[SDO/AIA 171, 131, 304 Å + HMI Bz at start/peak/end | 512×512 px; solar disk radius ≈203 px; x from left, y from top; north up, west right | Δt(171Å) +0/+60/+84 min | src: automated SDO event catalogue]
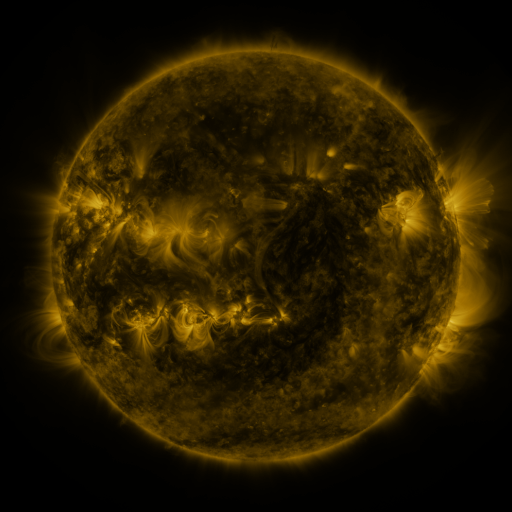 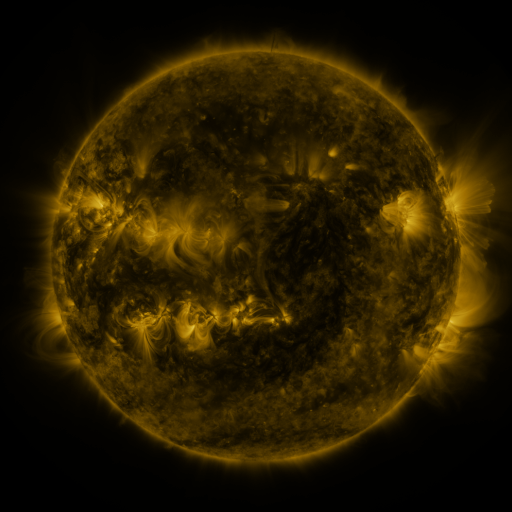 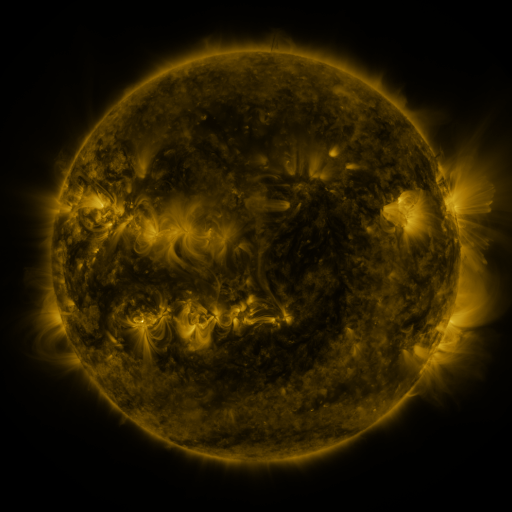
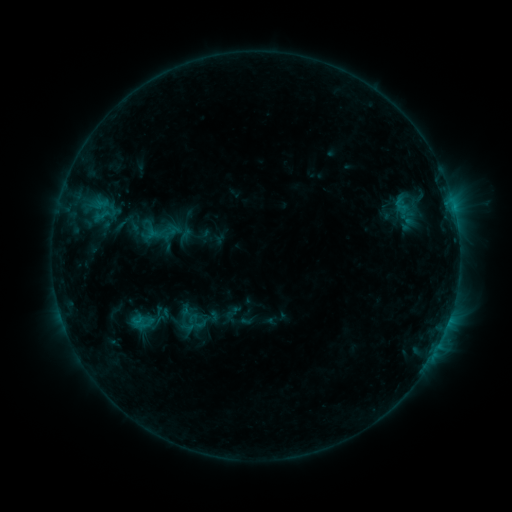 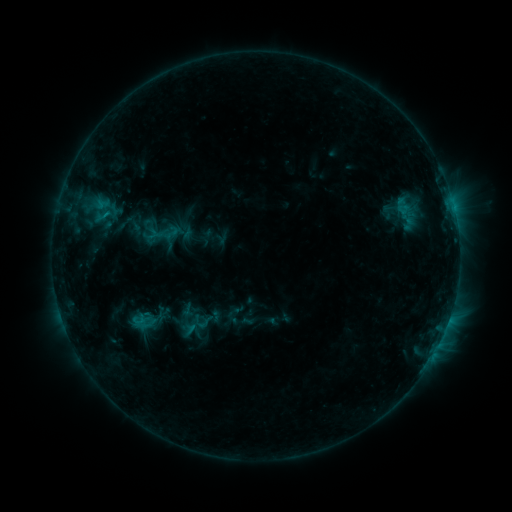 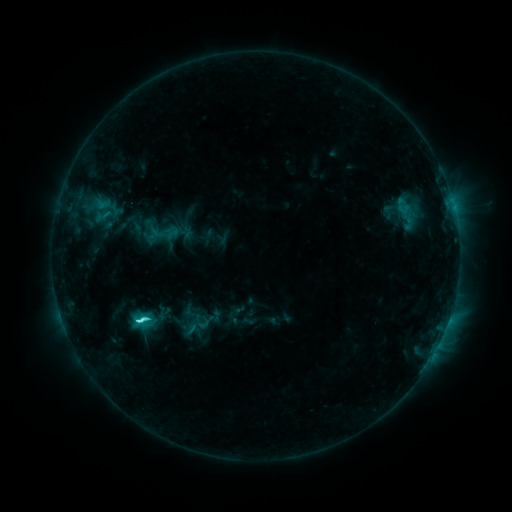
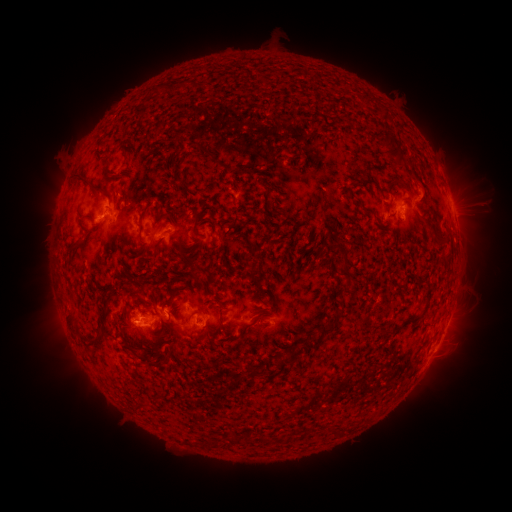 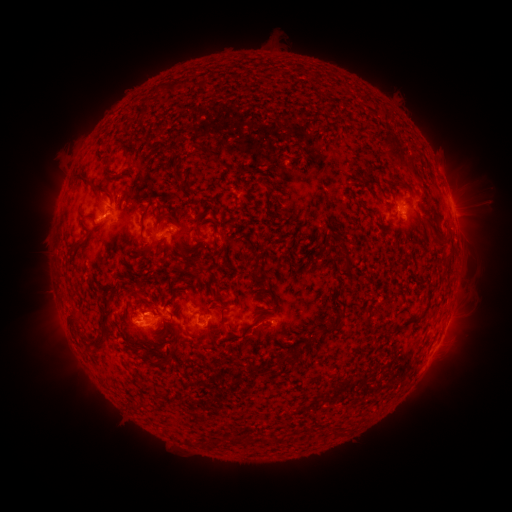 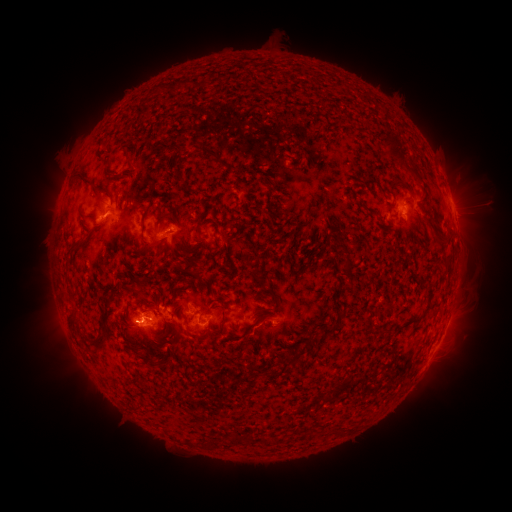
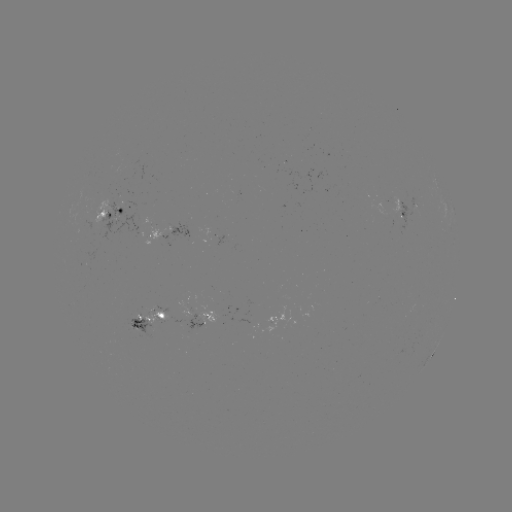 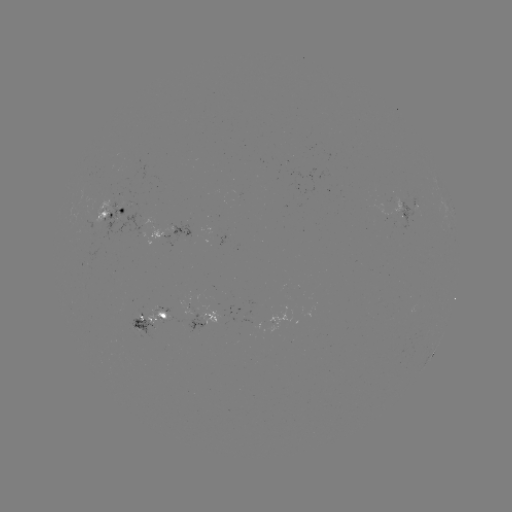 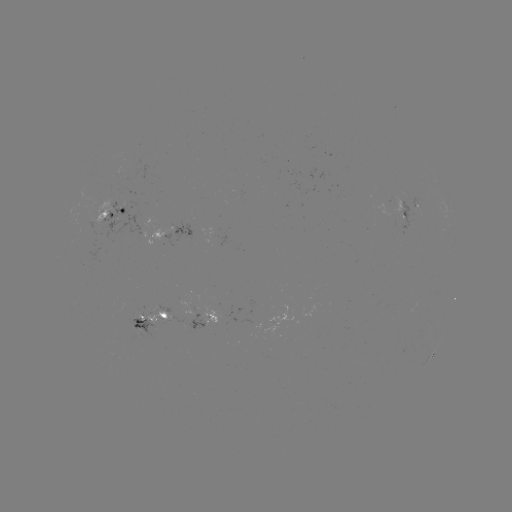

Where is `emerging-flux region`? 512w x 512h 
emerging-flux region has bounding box [135, 309, 145, 320].